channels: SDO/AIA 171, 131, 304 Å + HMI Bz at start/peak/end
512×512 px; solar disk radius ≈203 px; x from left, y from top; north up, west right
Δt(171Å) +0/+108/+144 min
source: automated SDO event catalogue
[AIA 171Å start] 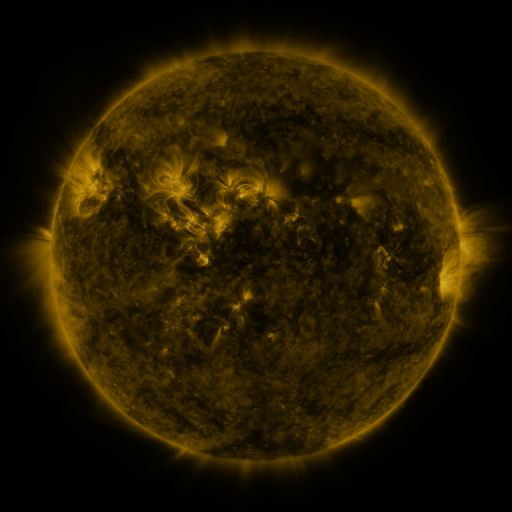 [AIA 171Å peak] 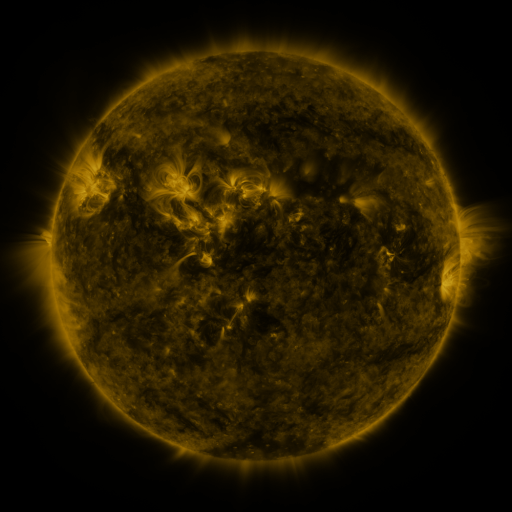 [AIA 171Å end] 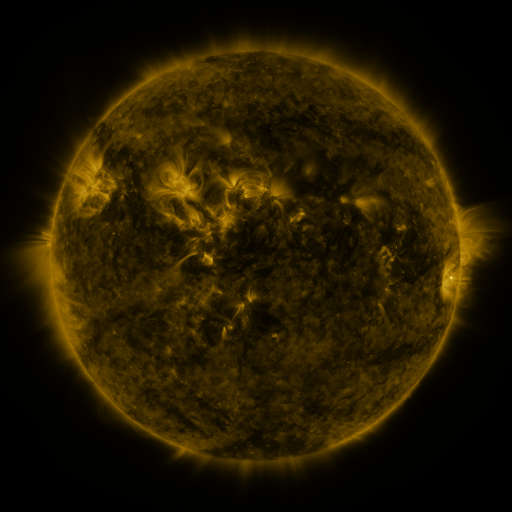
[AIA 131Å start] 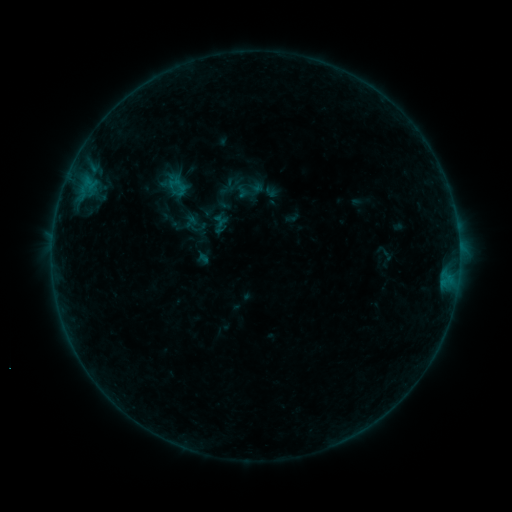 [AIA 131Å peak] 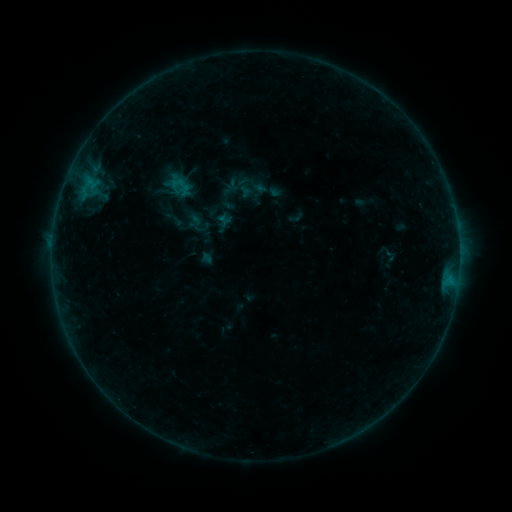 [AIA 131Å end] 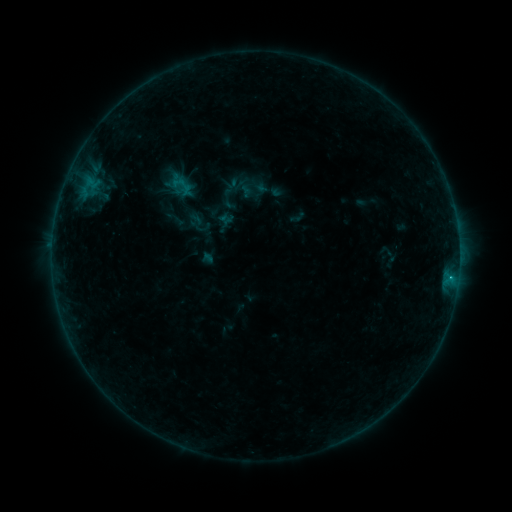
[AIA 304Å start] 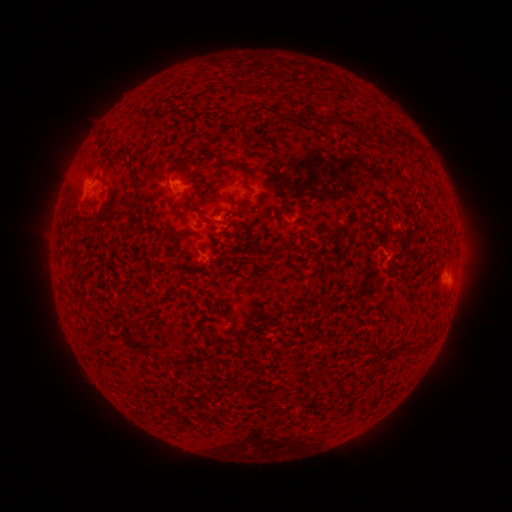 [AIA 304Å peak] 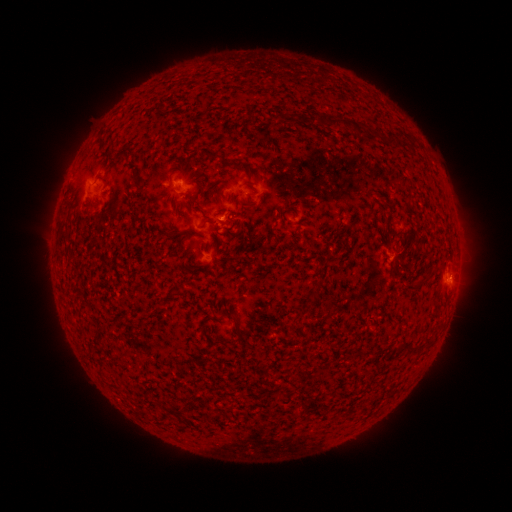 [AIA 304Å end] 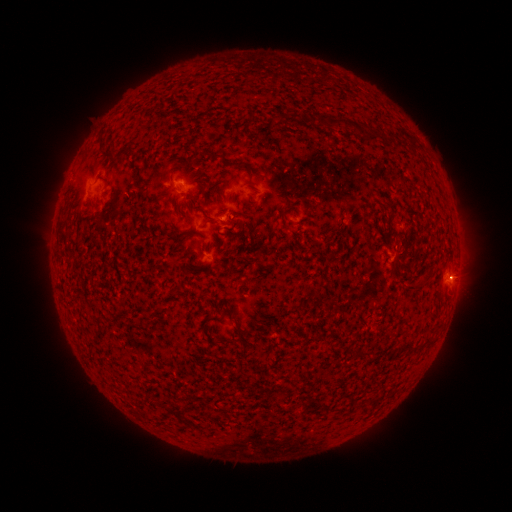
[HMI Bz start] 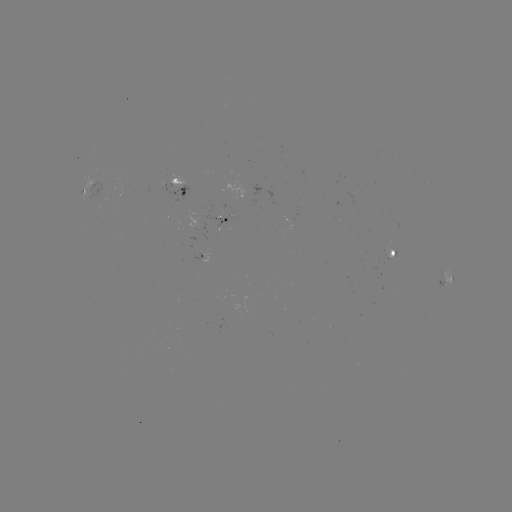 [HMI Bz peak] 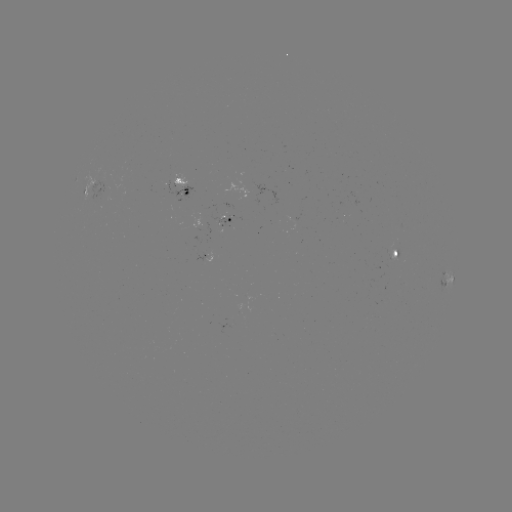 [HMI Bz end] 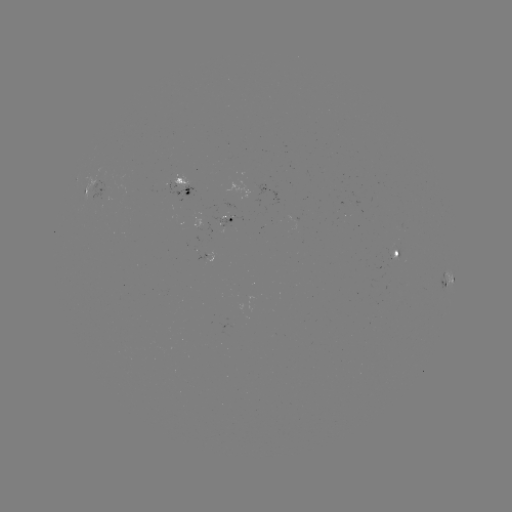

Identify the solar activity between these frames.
emerging-flux region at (246, 299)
